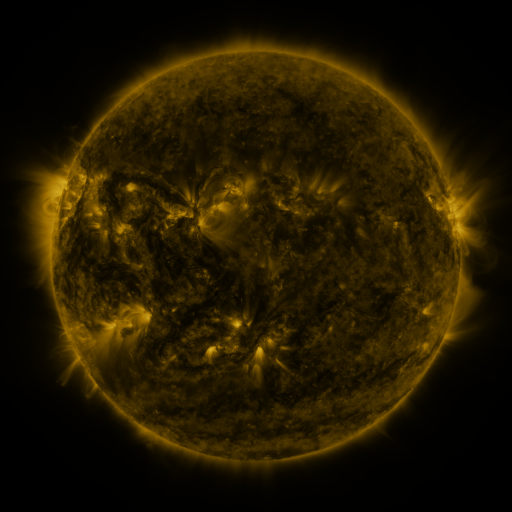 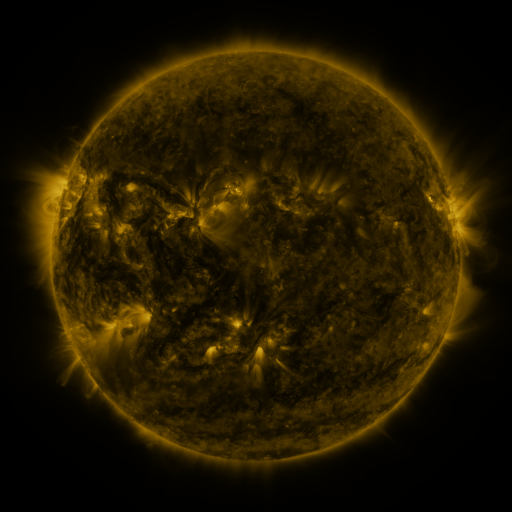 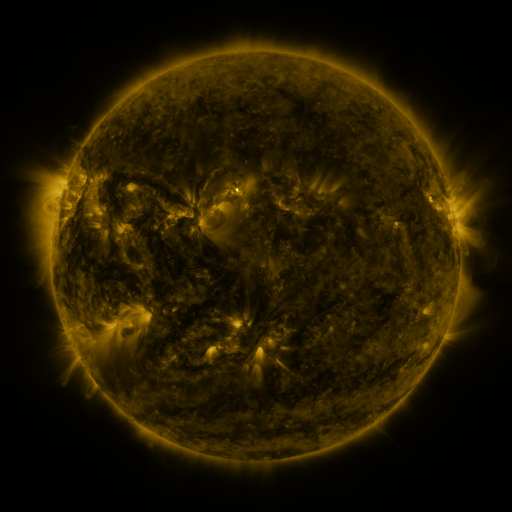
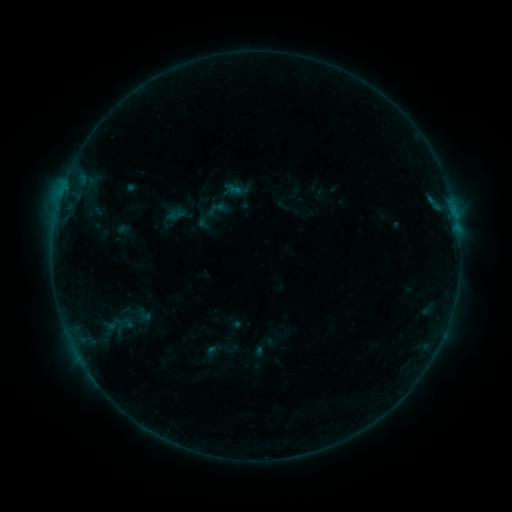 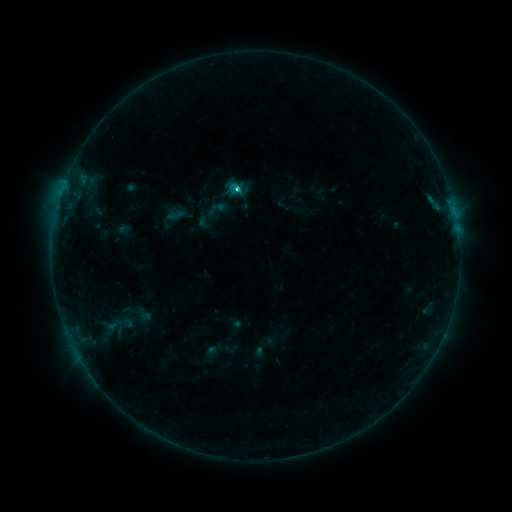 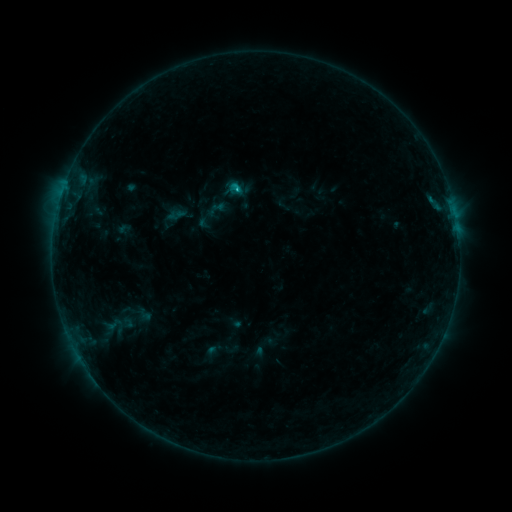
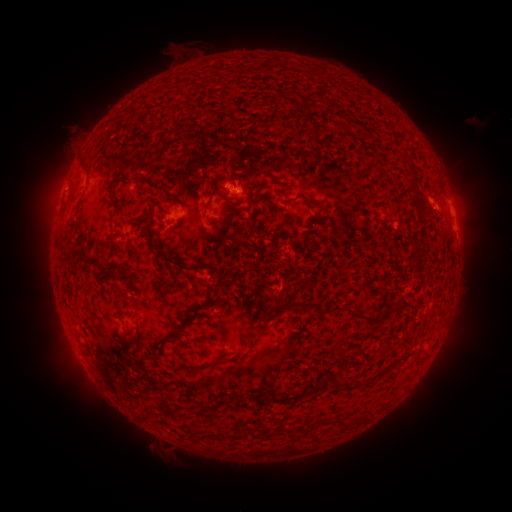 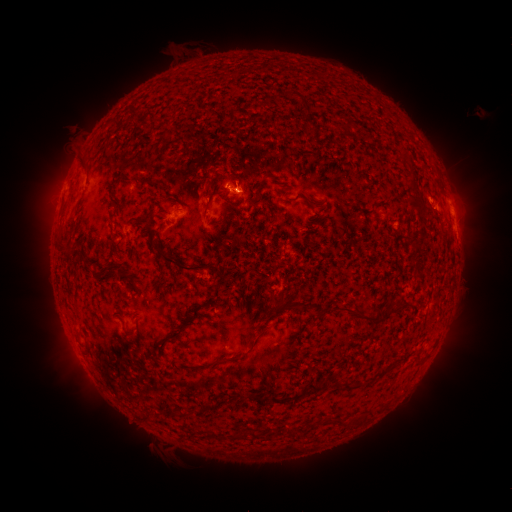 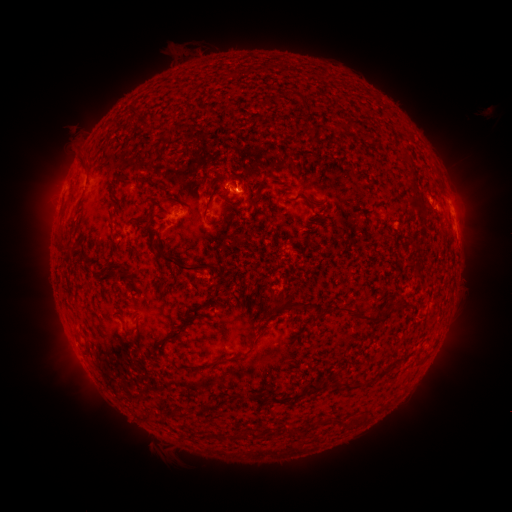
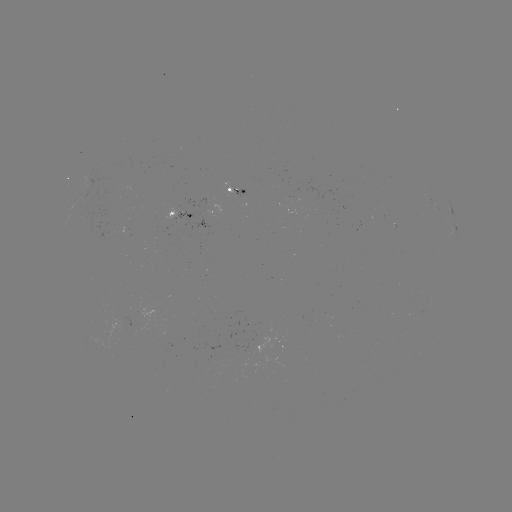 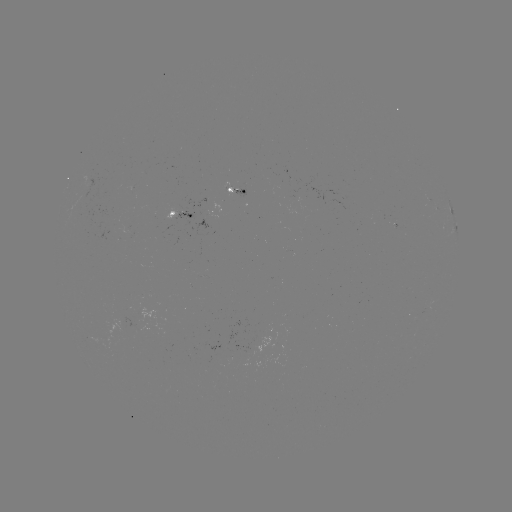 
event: flare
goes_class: C1.4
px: (239, 192)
